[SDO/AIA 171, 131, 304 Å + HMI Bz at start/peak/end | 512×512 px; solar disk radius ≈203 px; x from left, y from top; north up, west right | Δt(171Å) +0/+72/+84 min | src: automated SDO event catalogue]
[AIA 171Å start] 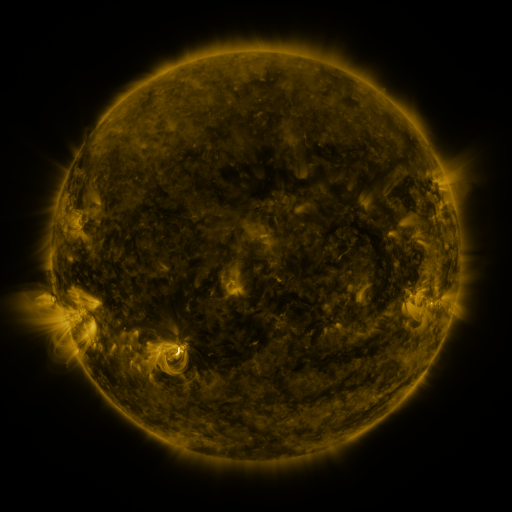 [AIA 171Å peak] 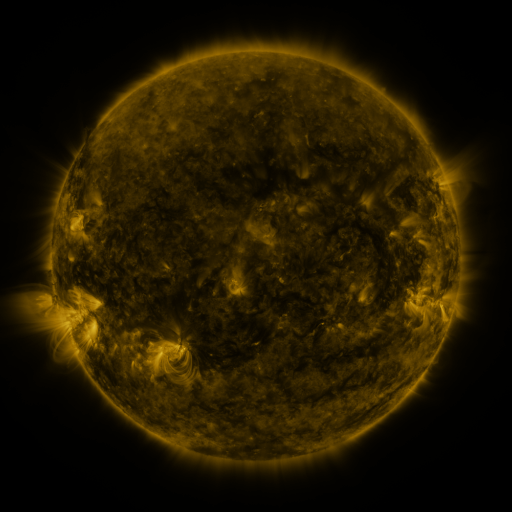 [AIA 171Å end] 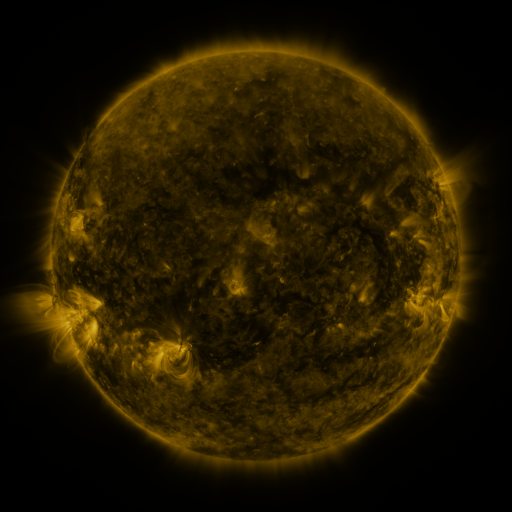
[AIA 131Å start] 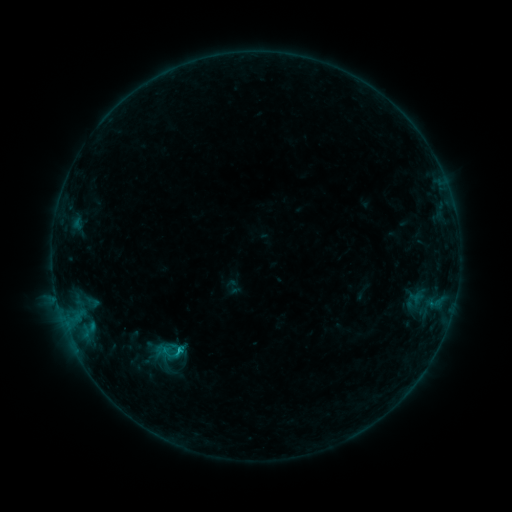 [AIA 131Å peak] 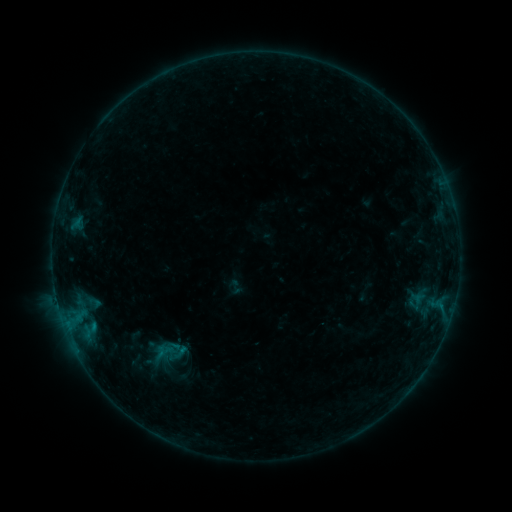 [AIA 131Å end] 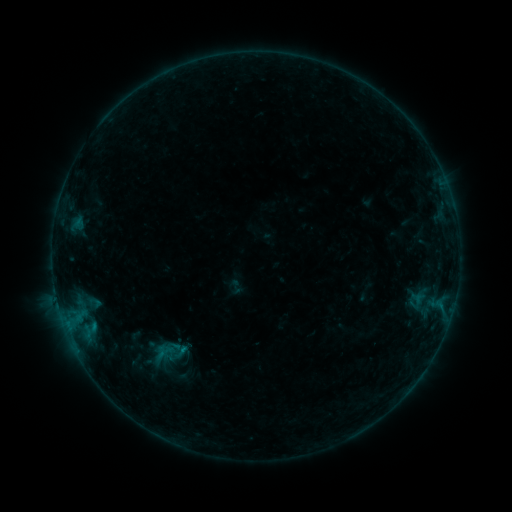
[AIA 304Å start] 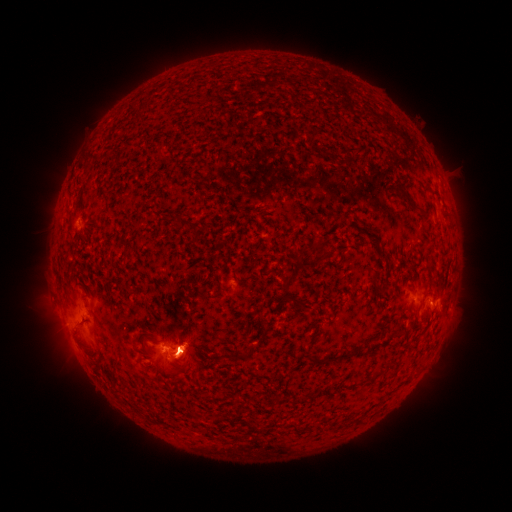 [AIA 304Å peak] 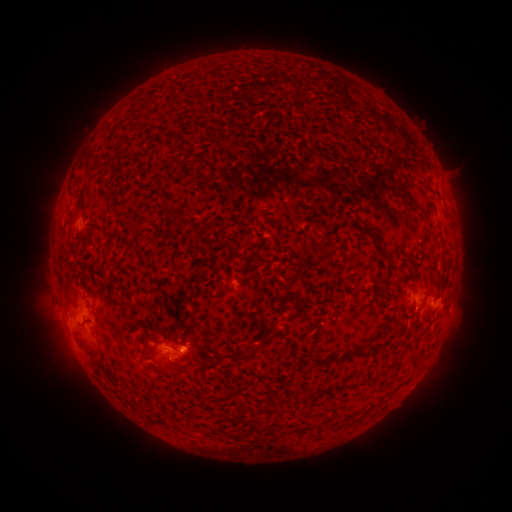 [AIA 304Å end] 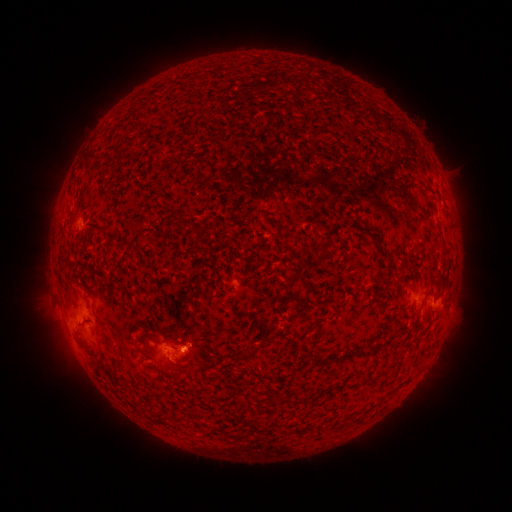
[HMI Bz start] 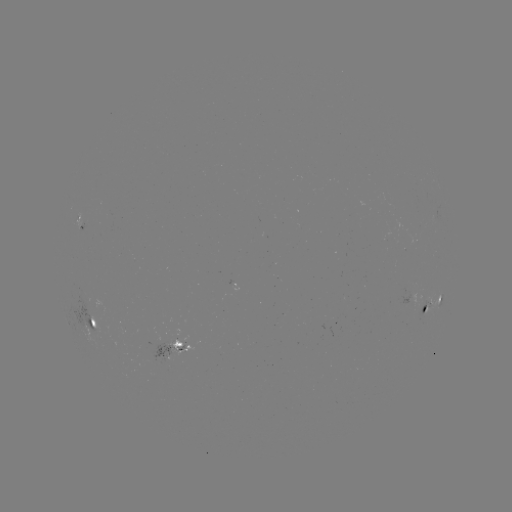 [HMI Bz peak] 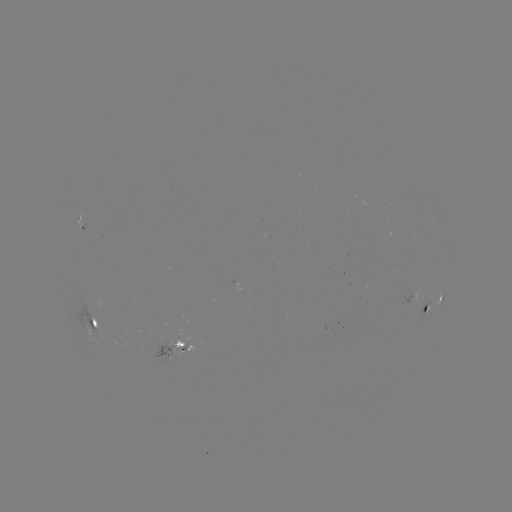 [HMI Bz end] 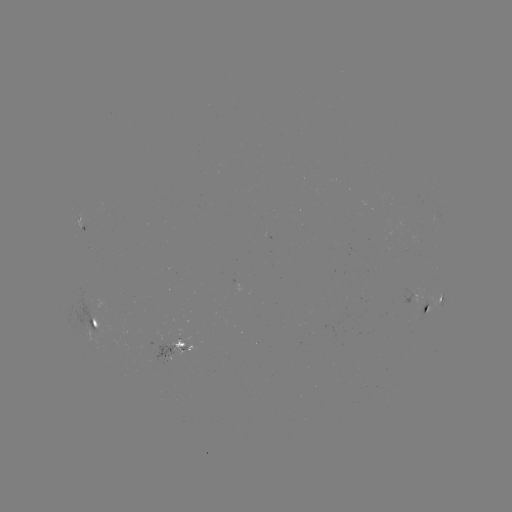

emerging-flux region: (143, 343, 175, 367)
